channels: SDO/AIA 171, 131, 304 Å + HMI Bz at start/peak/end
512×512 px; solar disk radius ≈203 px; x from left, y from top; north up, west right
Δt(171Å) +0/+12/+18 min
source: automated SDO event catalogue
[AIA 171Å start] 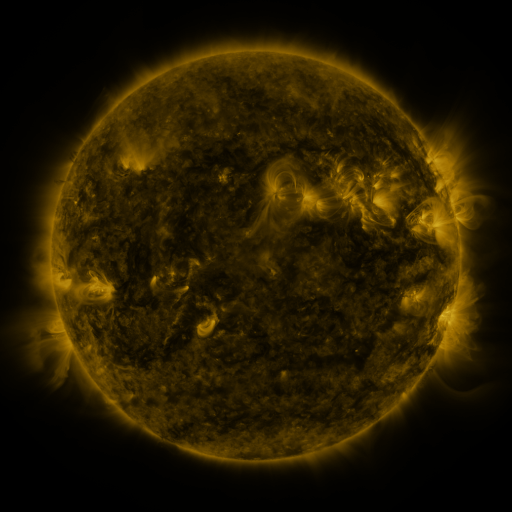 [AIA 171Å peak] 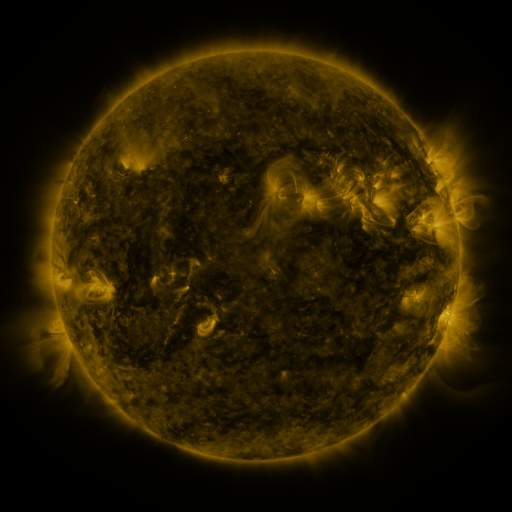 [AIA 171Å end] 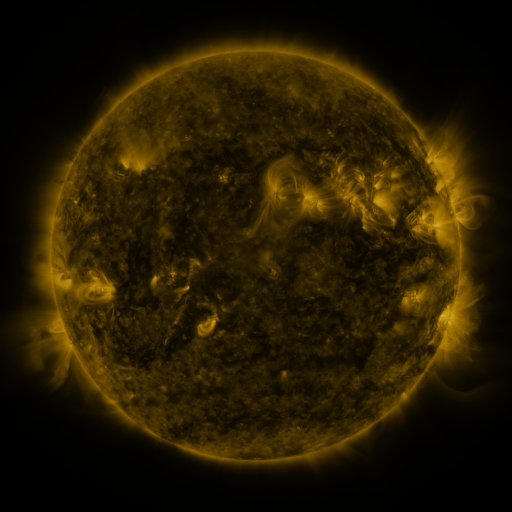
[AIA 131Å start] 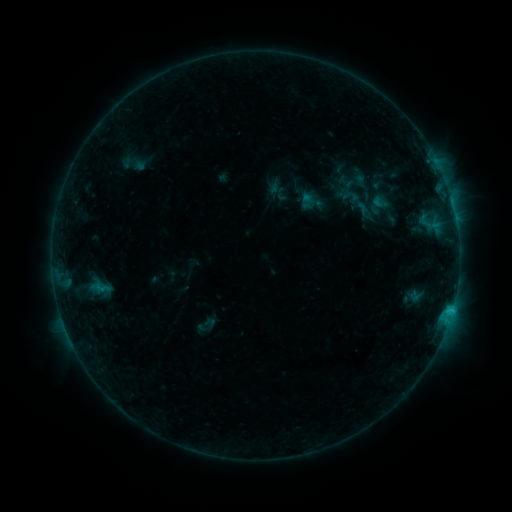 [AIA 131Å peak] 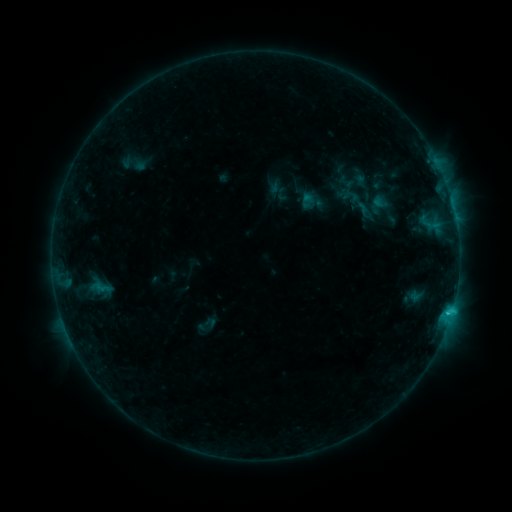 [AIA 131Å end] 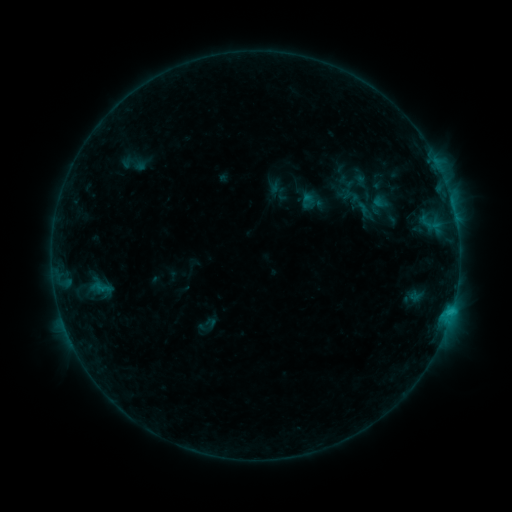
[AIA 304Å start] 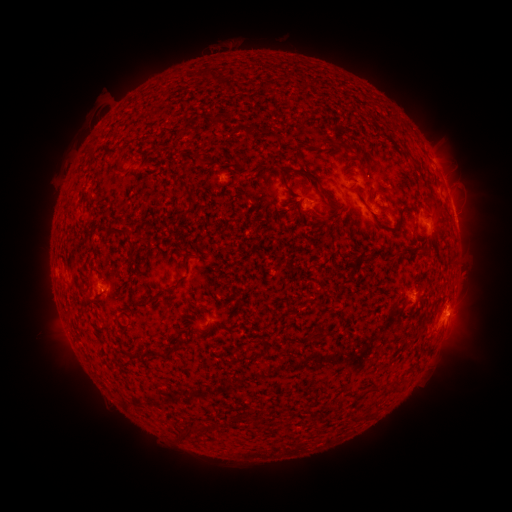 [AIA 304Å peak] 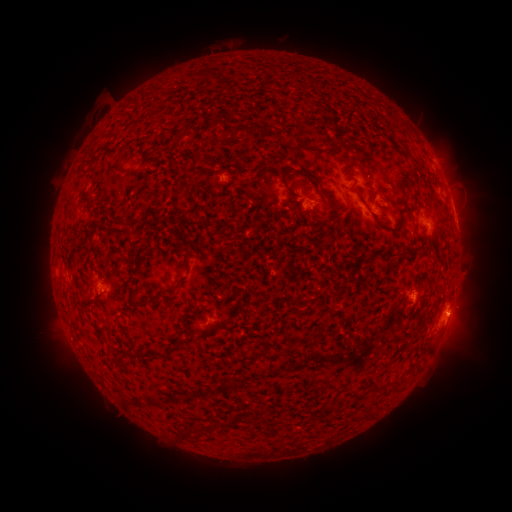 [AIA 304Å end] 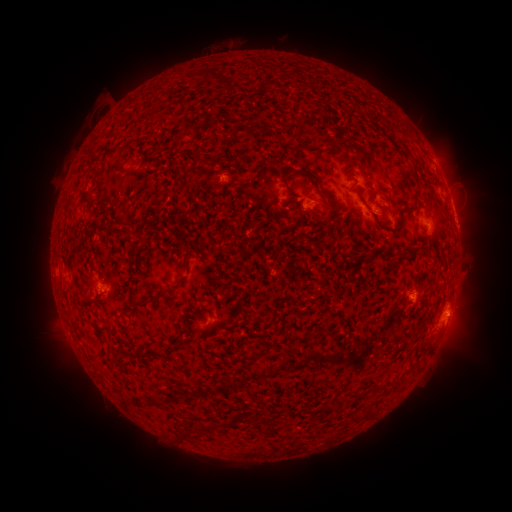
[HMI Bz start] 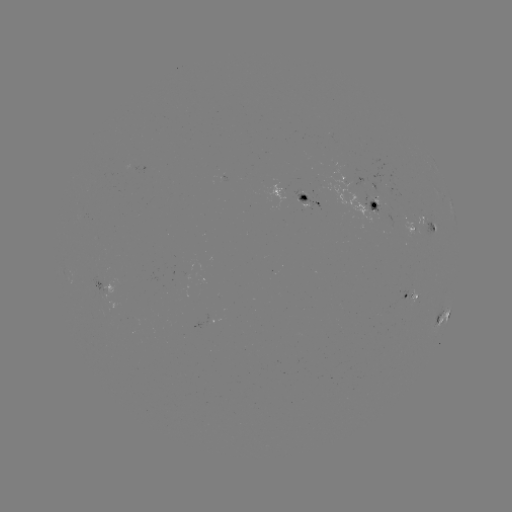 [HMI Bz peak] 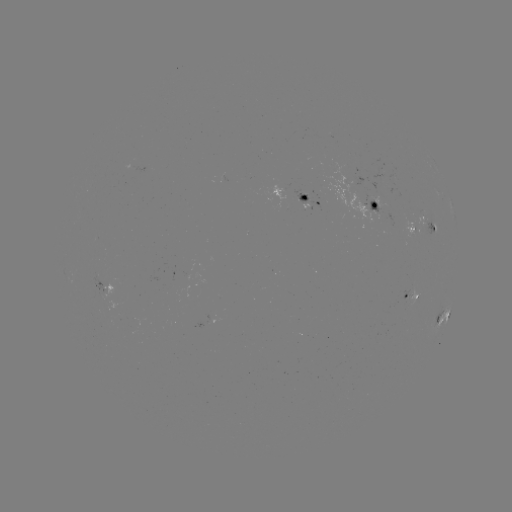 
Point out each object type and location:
C1.2 flare: (447, 311)
